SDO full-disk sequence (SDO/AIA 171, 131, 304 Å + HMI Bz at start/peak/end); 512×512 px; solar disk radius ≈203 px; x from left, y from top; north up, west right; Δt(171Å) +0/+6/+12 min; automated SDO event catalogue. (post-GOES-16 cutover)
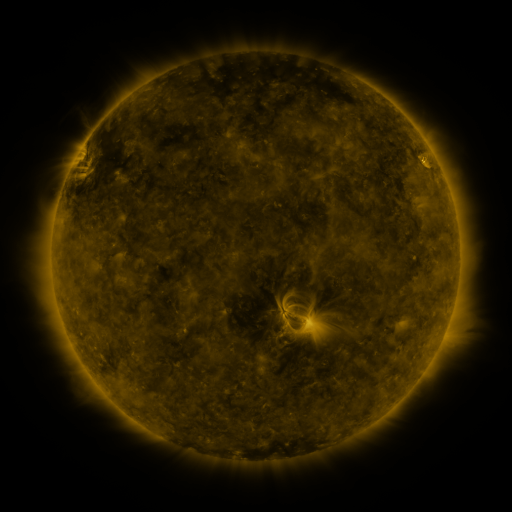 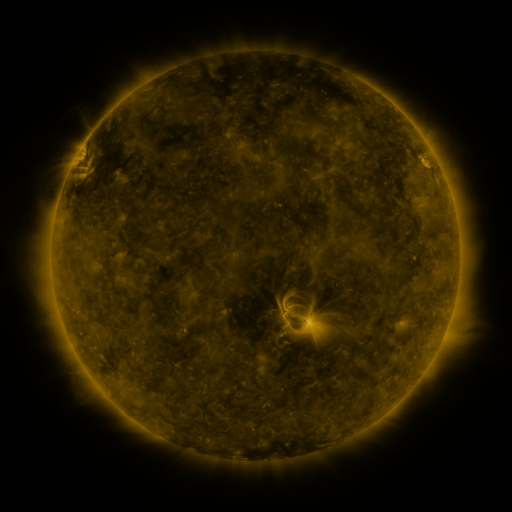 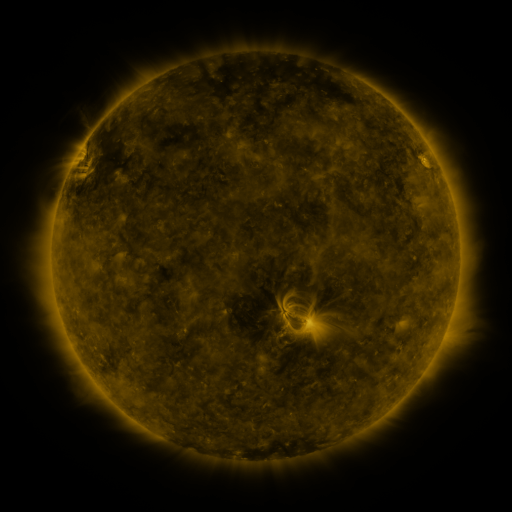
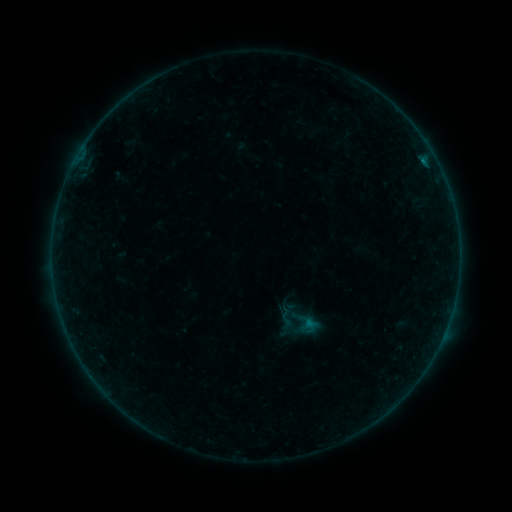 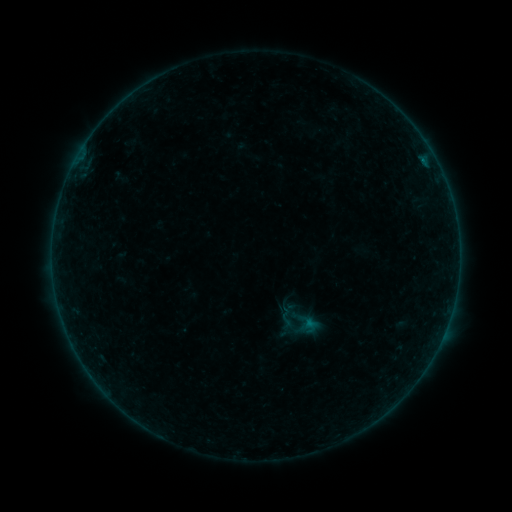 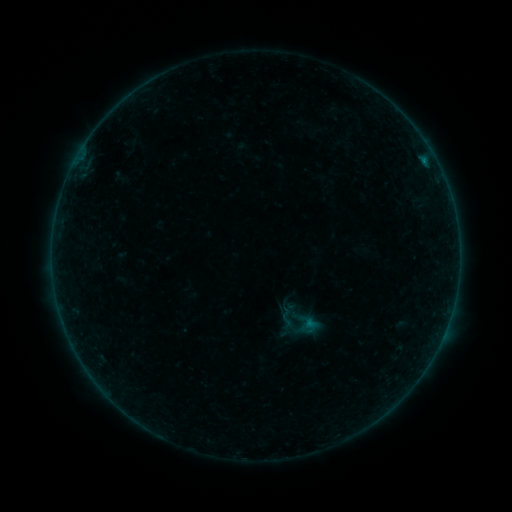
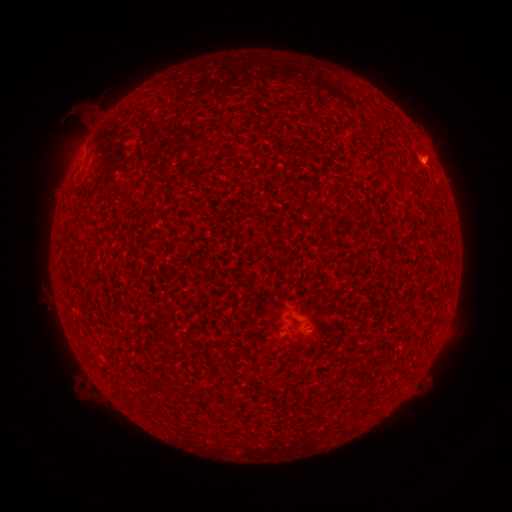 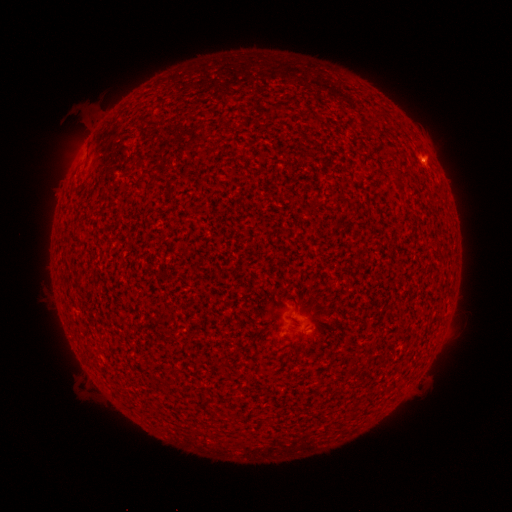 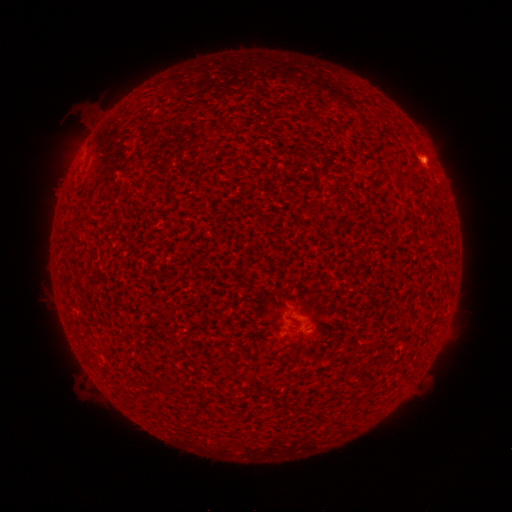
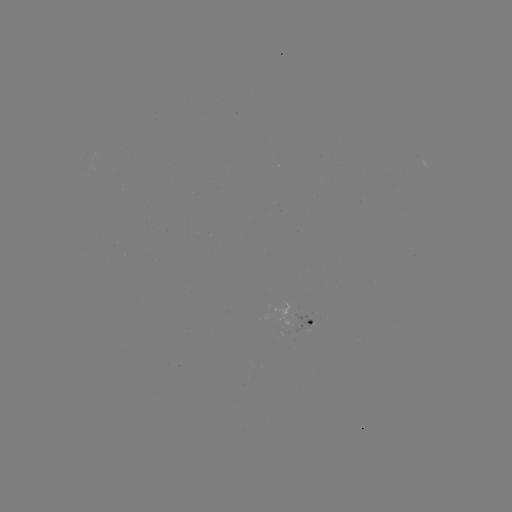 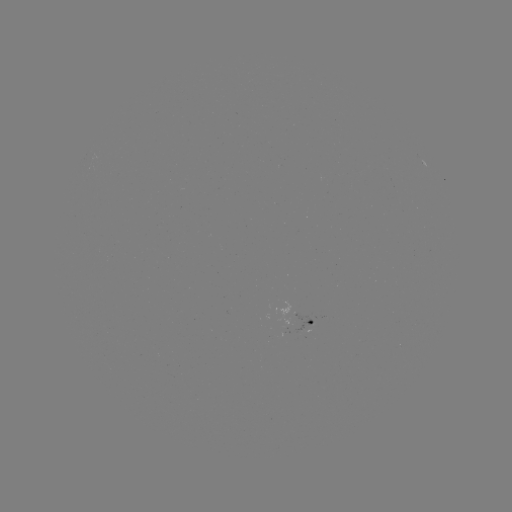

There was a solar flare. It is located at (423, 163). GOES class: B1.6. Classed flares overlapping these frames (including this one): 2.